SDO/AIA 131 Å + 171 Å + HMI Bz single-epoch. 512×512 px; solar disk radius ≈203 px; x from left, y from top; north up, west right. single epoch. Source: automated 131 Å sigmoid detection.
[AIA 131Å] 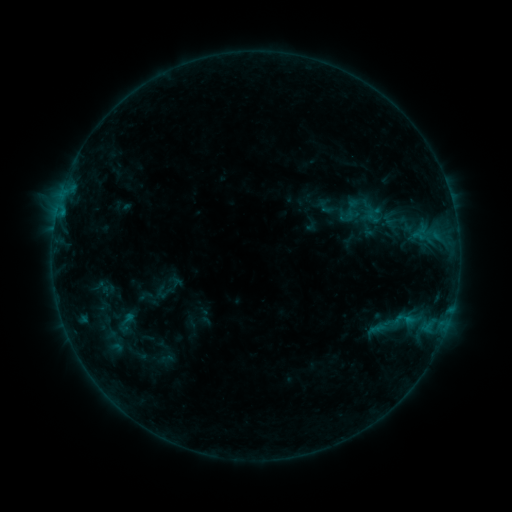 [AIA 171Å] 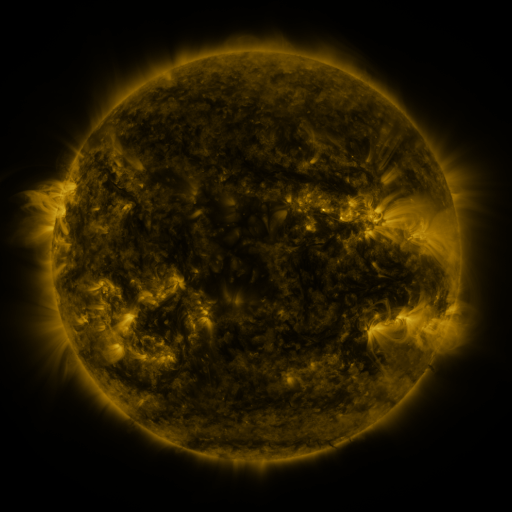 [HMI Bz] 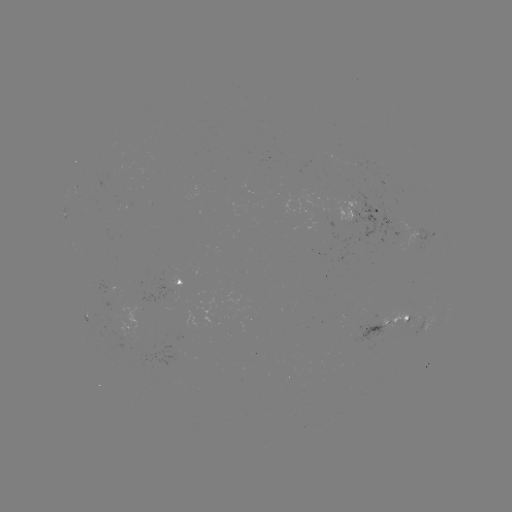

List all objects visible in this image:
sigmoid: [315, 198, 336, 216]
sigmoid: [392, 306, 417, 332]
